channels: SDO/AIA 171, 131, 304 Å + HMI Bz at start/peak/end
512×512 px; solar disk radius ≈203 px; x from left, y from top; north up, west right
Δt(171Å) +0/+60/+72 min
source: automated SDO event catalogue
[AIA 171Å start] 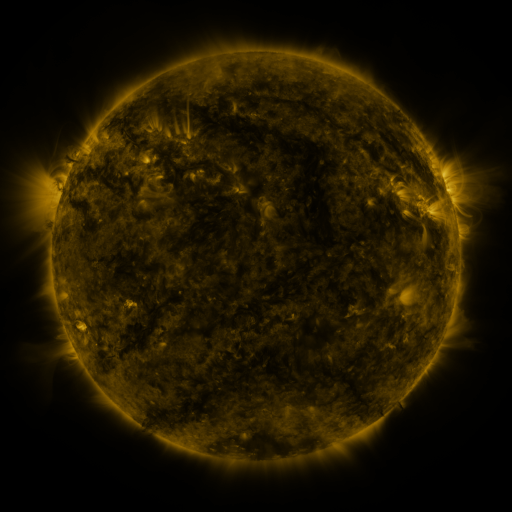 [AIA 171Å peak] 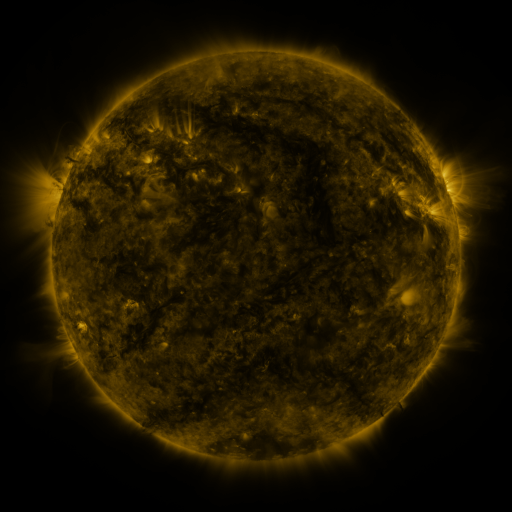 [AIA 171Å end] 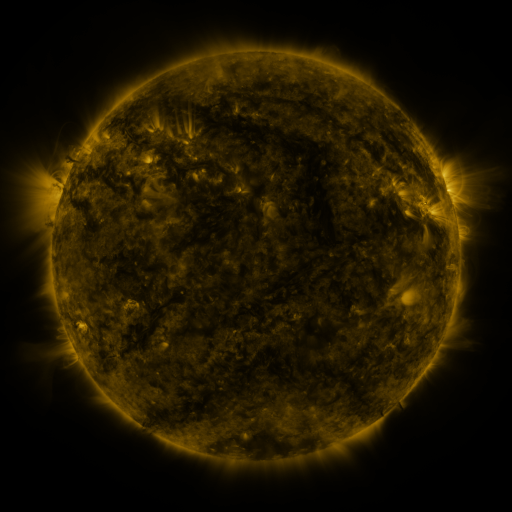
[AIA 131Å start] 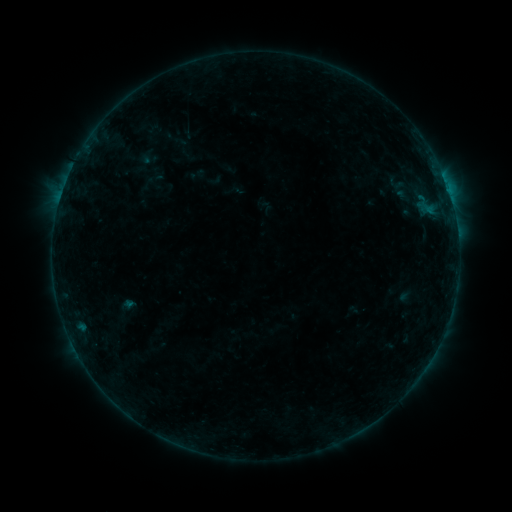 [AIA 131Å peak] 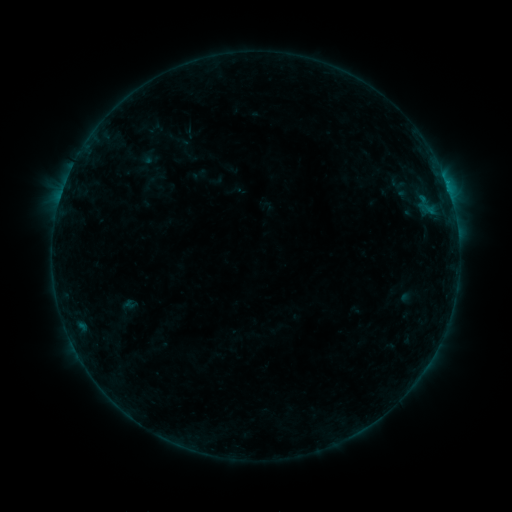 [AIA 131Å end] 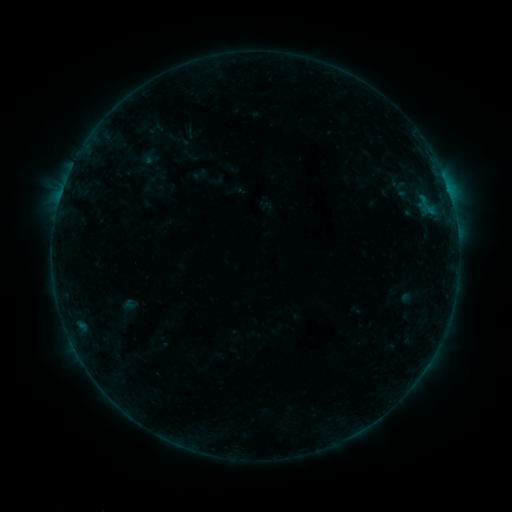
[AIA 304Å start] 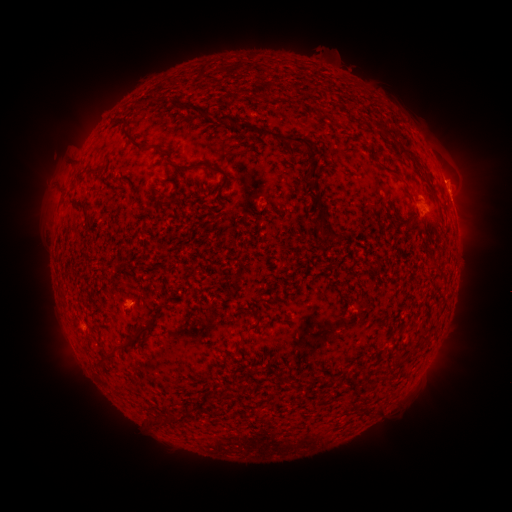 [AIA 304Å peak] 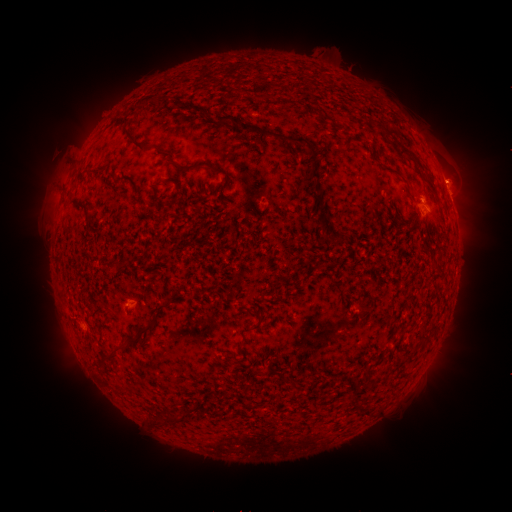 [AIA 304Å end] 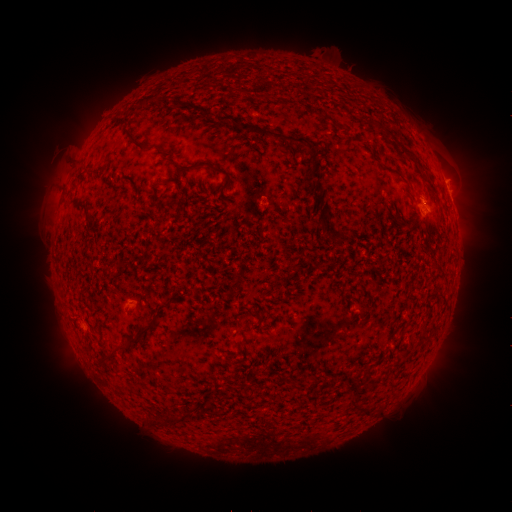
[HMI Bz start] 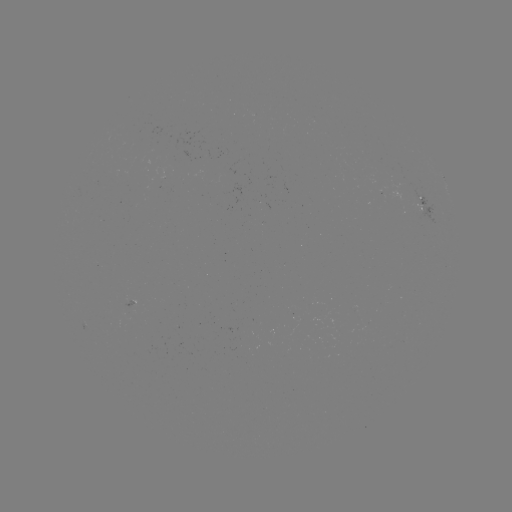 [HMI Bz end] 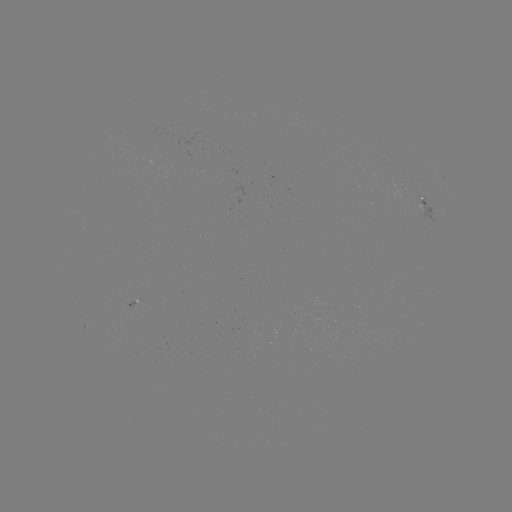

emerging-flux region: <bbox>362, 141, 372, 148</bbox>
